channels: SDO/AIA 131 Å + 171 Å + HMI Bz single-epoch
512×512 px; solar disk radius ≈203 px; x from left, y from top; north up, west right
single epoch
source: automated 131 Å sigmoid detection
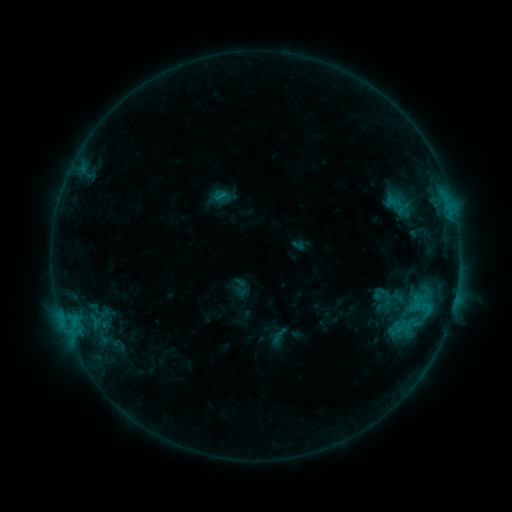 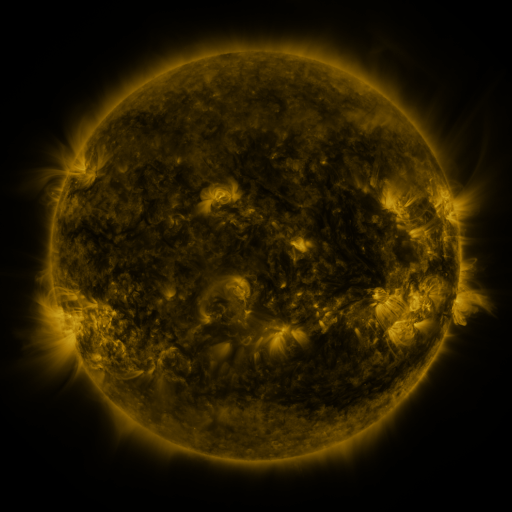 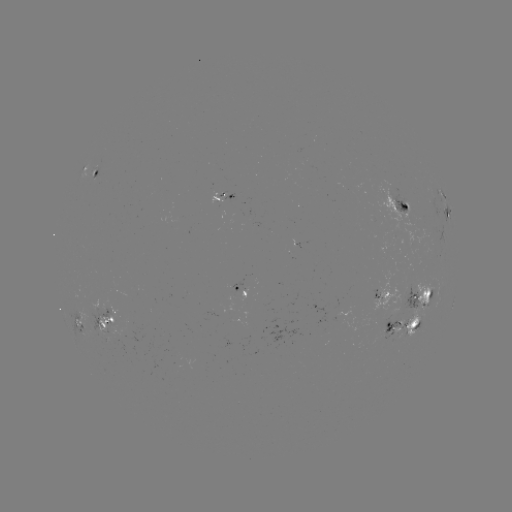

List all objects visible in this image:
sigmoid: (222, 196)
